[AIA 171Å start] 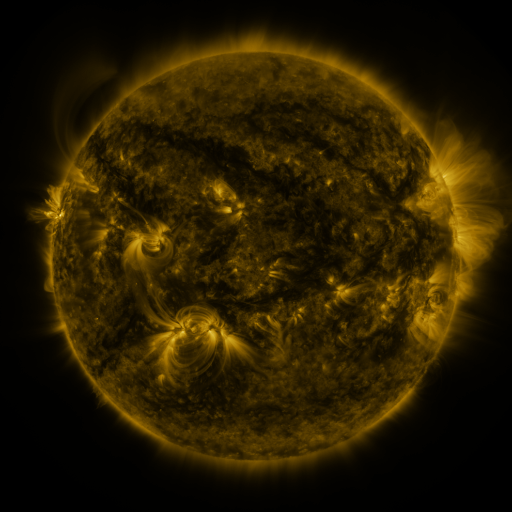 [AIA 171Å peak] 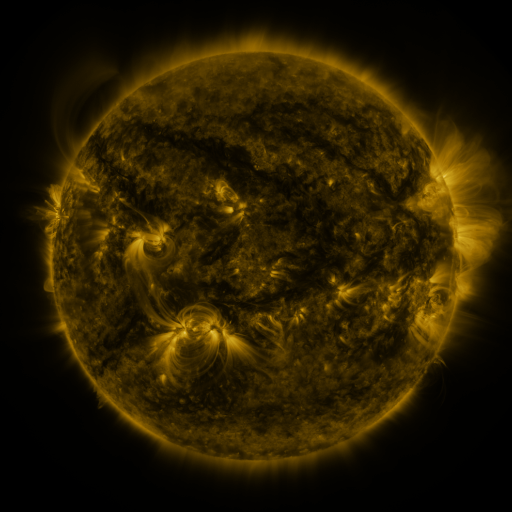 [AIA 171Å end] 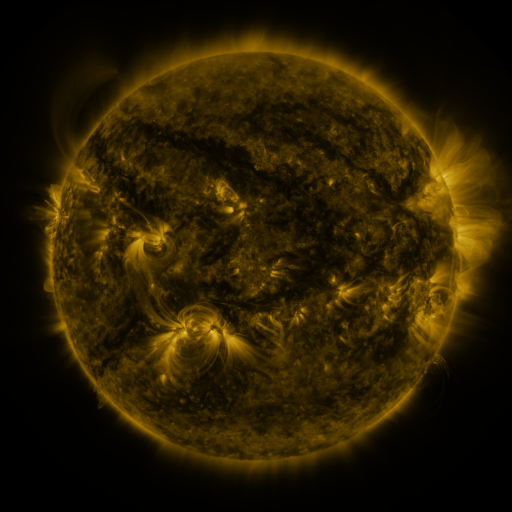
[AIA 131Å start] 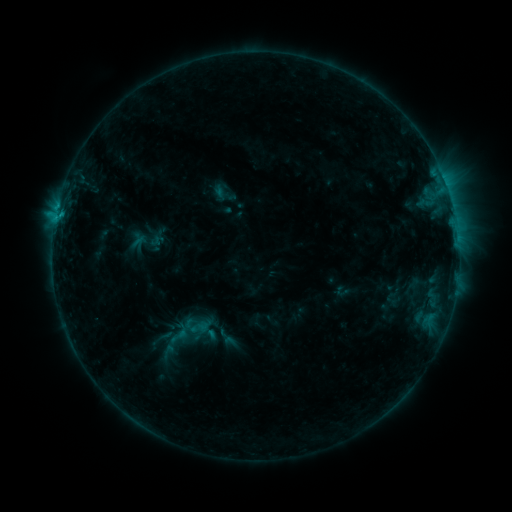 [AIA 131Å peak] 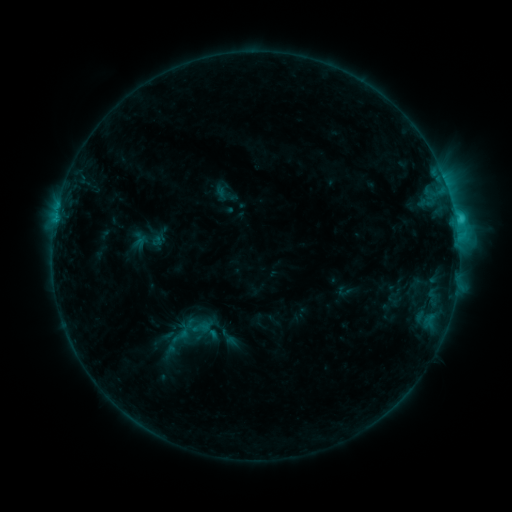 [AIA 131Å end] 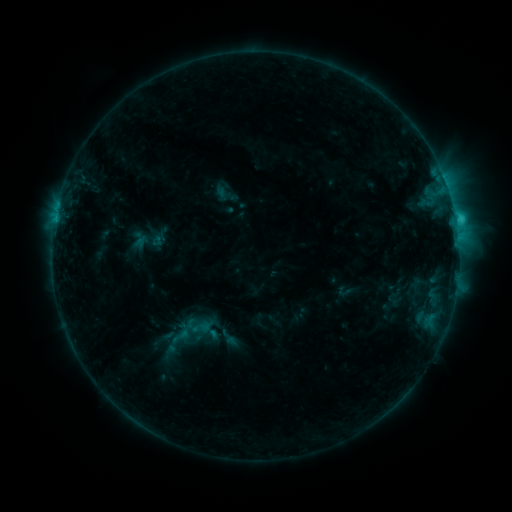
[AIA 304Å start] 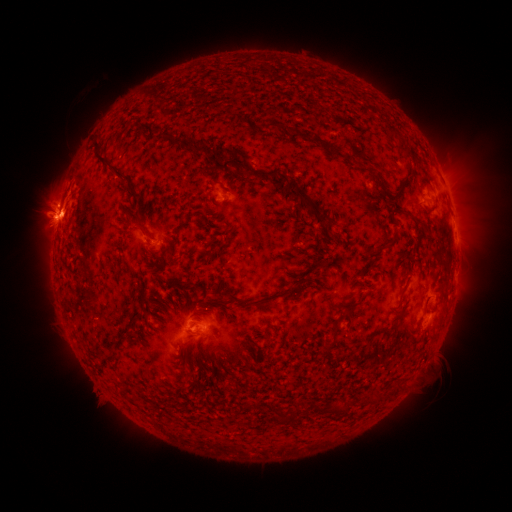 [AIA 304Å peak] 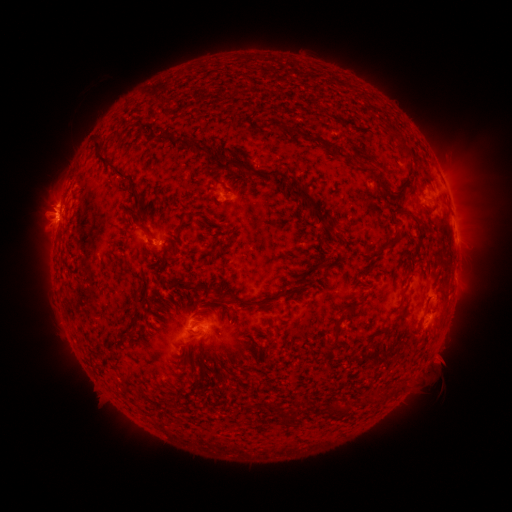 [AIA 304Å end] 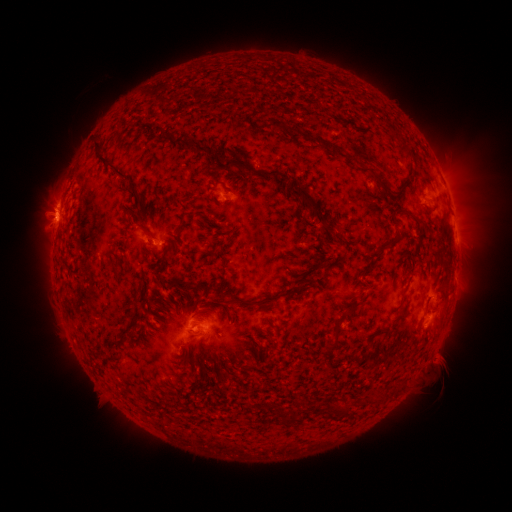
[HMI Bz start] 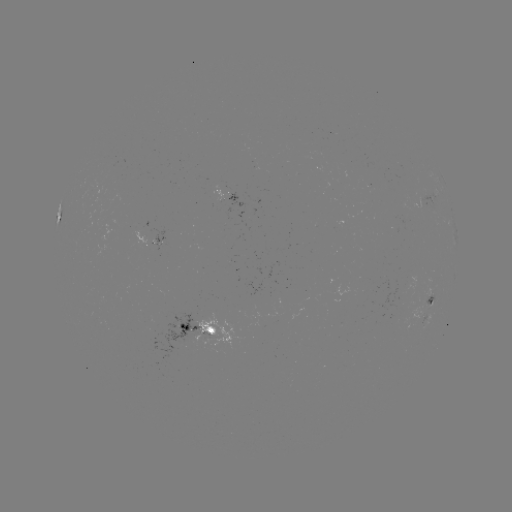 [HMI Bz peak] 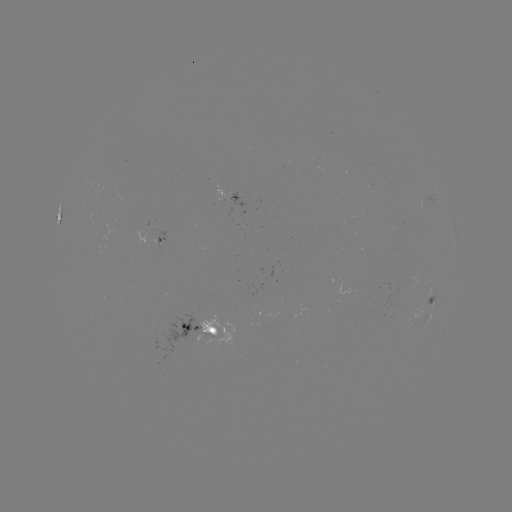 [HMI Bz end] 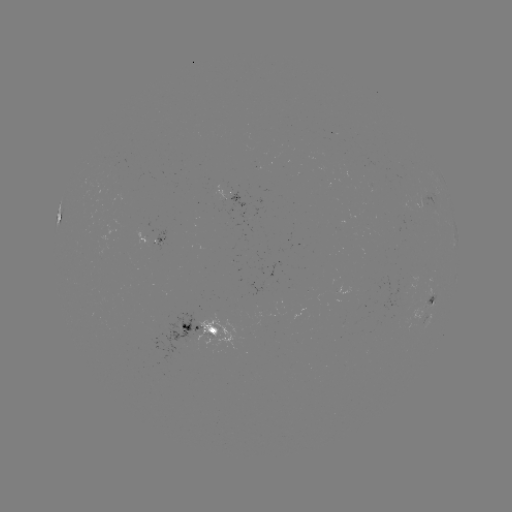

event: flare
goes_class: C2.2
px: (157, 241)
